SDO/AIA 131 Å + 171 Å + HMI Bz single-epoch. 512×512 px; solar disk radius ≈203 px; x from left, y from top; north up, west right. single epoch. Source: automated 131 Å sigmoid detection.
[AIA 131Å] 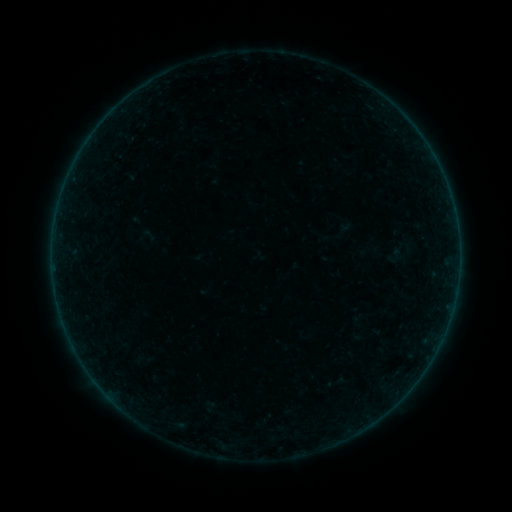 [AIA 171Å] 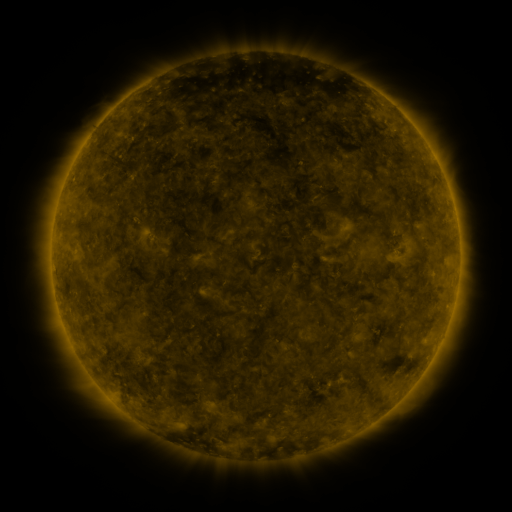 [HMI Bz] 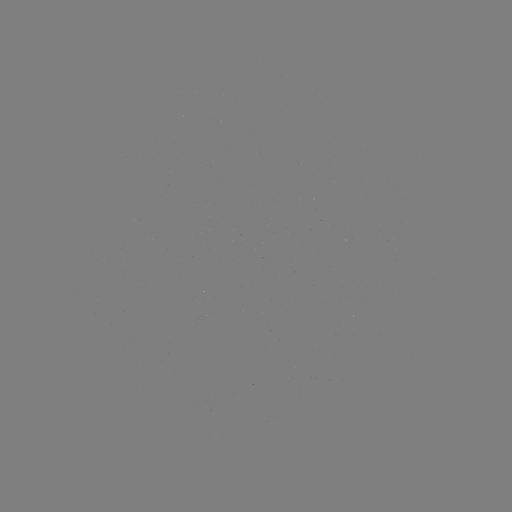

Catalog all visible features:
sigmoid: <bbox>326, 372, 346, 392</bbox>
